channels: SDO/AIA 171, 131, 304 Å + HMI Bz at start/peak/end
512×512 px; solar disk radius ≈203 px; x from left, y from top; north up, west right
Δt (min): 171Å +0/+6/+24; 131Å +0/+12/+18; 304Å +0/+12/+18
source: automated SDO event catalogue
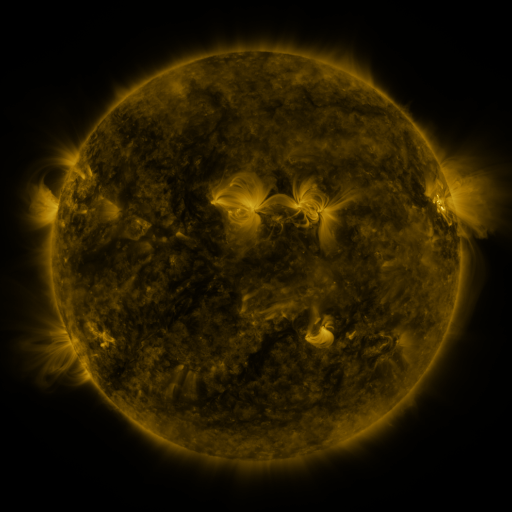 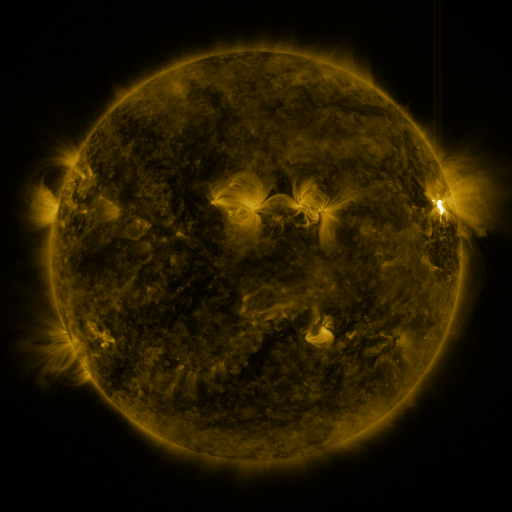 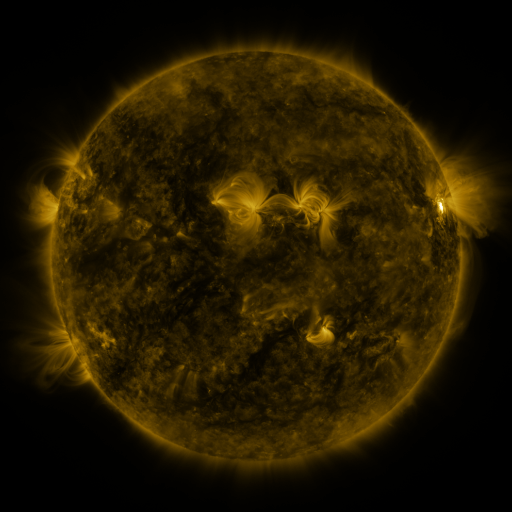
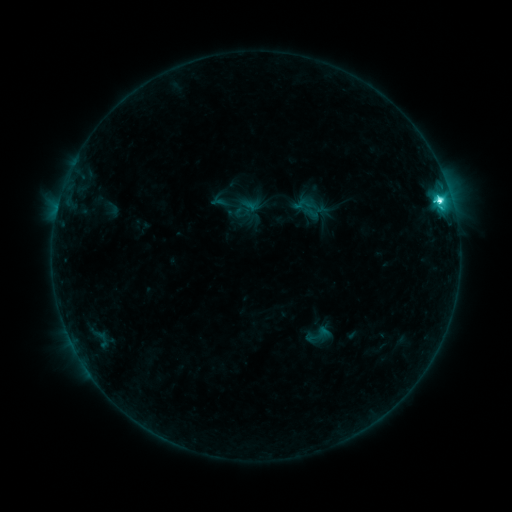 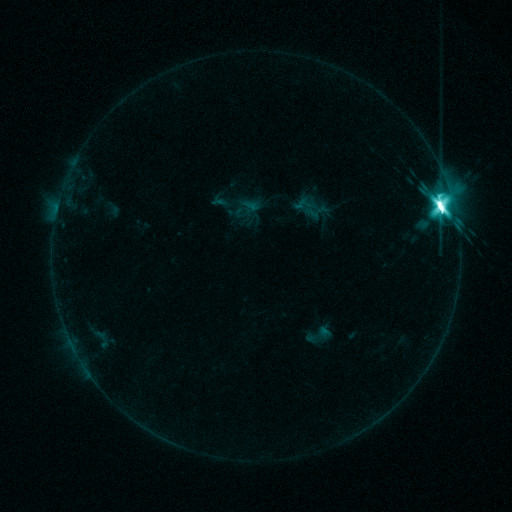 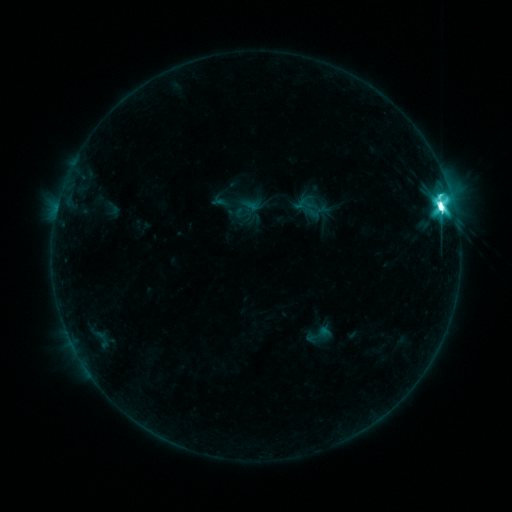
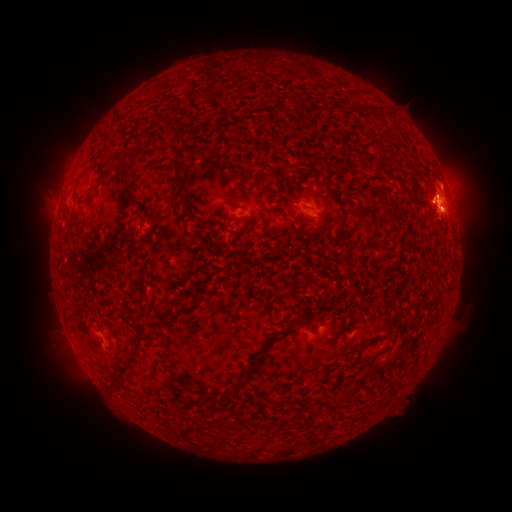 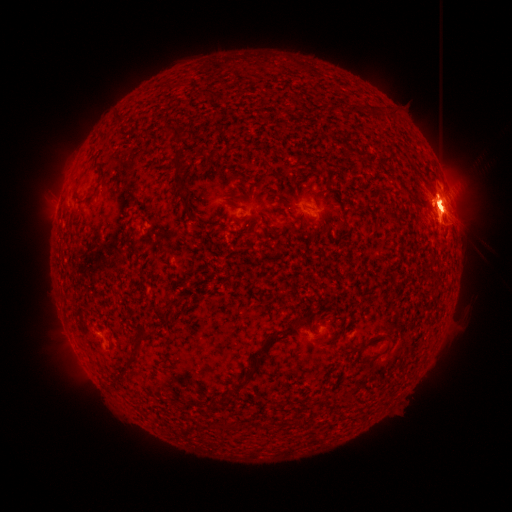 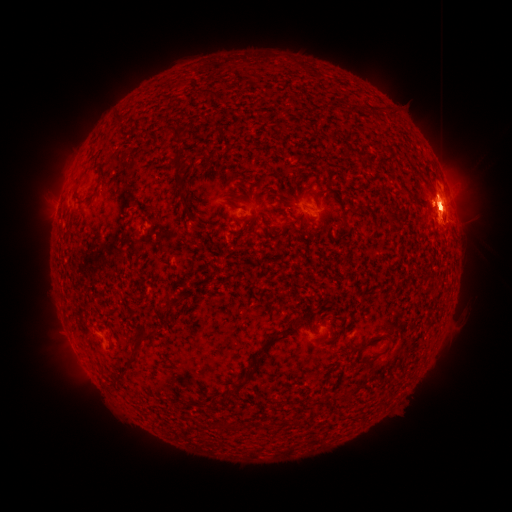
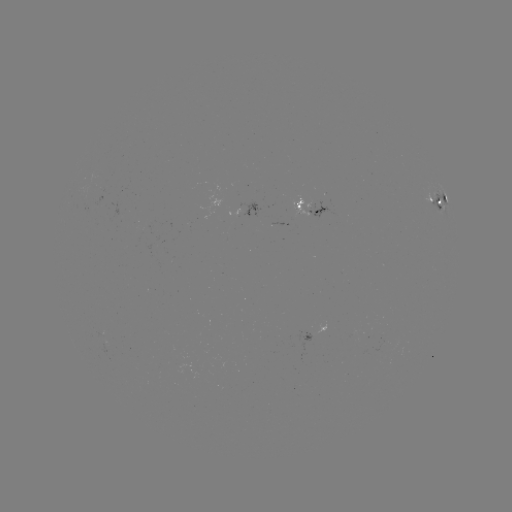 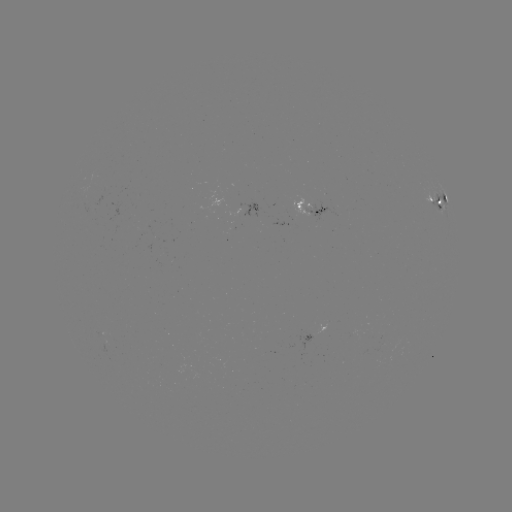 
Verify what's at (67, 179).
eruption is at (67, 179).